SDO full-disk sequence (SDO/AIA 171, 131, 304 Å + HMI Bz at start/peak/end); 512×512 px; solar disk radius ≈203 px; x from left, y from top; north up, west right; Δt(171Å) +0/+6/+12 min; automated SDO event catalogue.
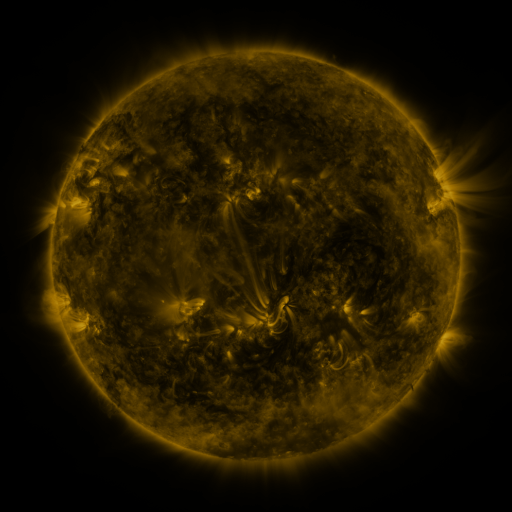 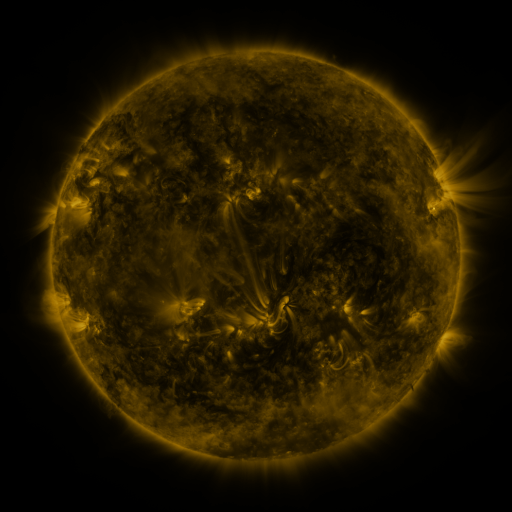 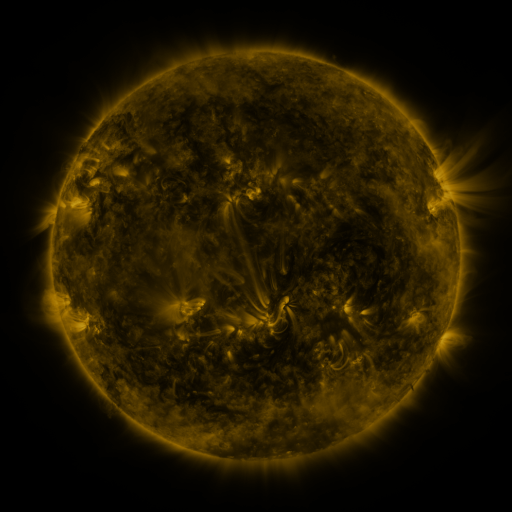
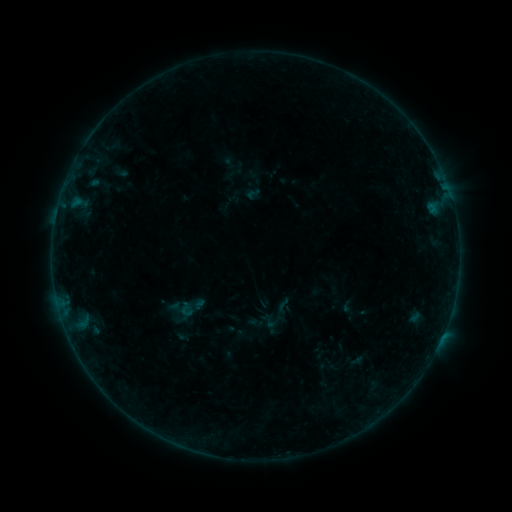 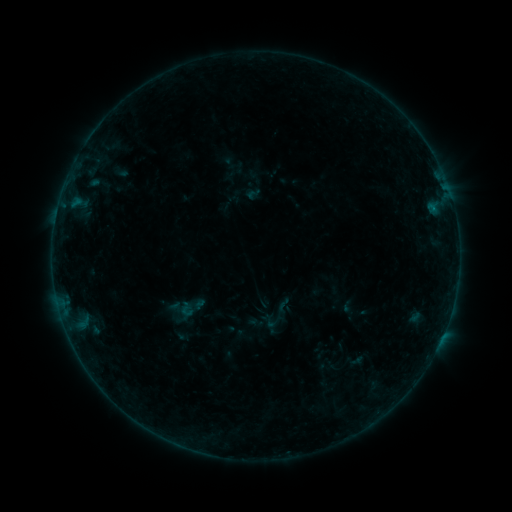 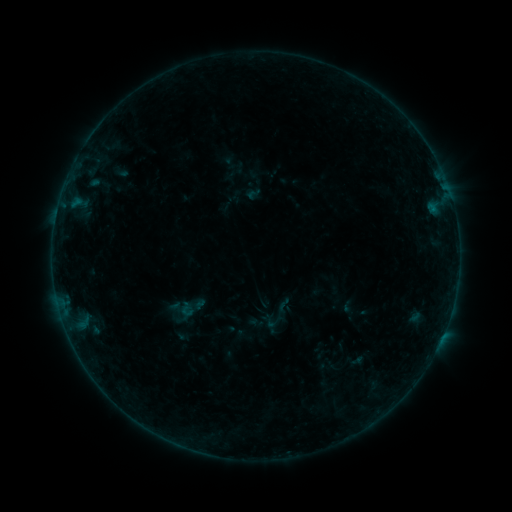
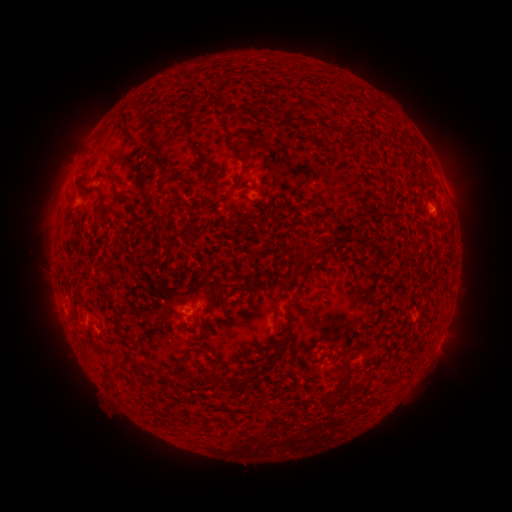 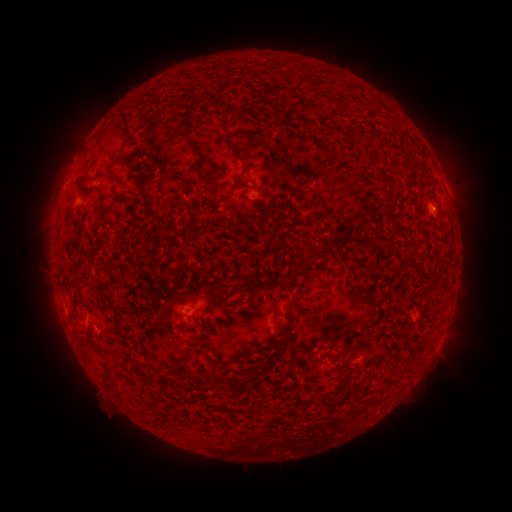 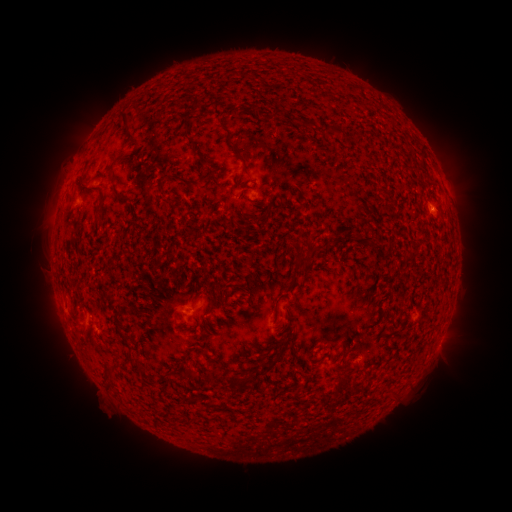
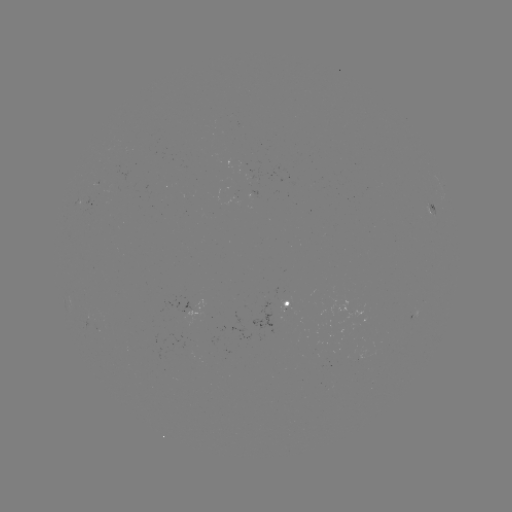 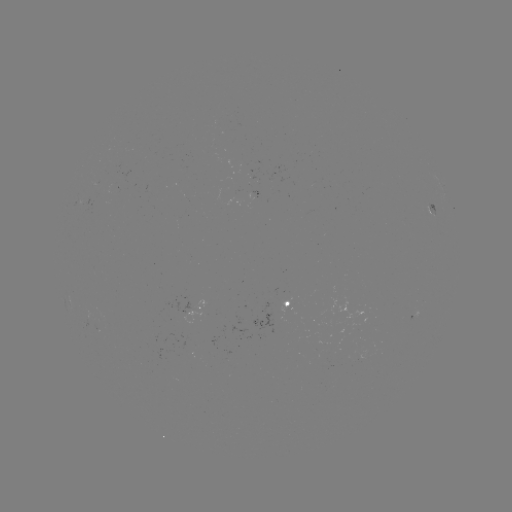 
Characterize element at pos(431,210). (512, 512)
B1.2 flare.